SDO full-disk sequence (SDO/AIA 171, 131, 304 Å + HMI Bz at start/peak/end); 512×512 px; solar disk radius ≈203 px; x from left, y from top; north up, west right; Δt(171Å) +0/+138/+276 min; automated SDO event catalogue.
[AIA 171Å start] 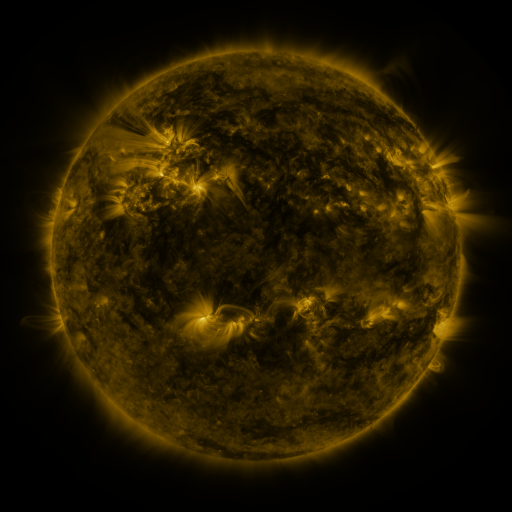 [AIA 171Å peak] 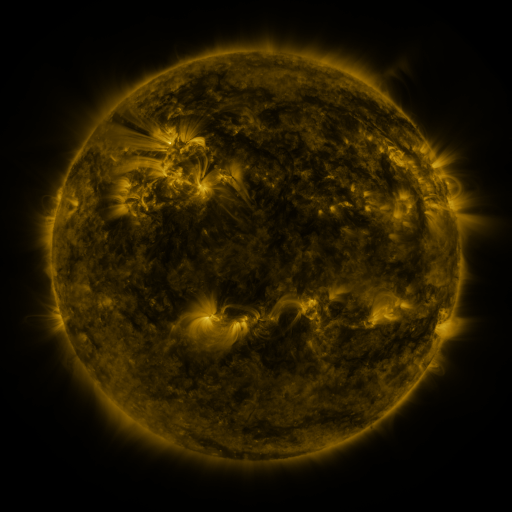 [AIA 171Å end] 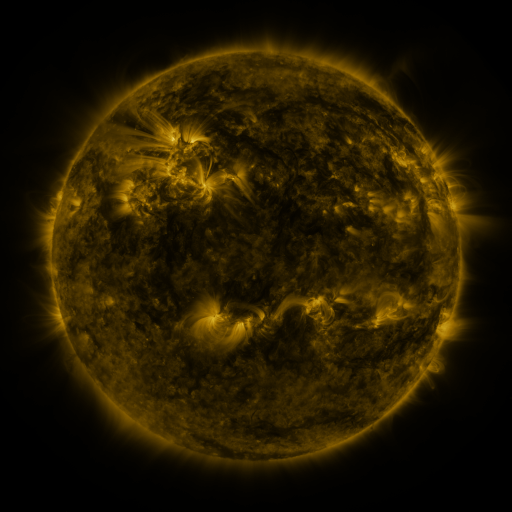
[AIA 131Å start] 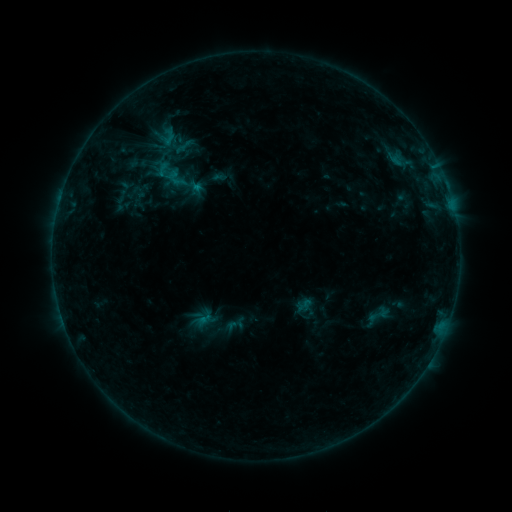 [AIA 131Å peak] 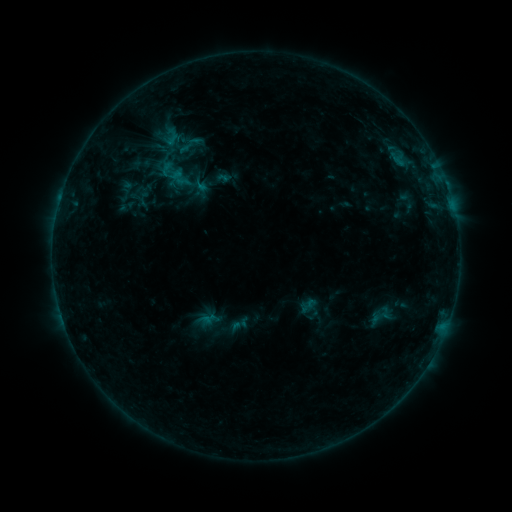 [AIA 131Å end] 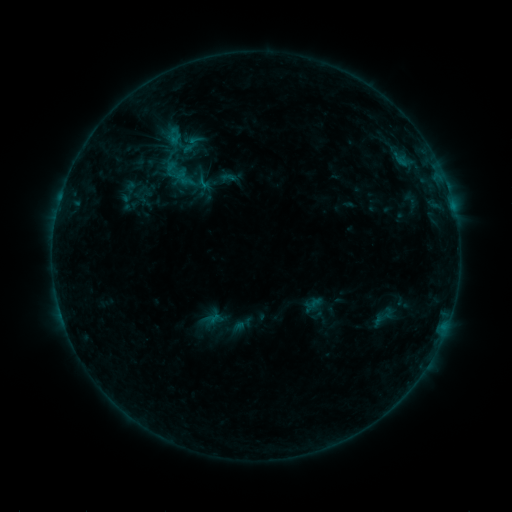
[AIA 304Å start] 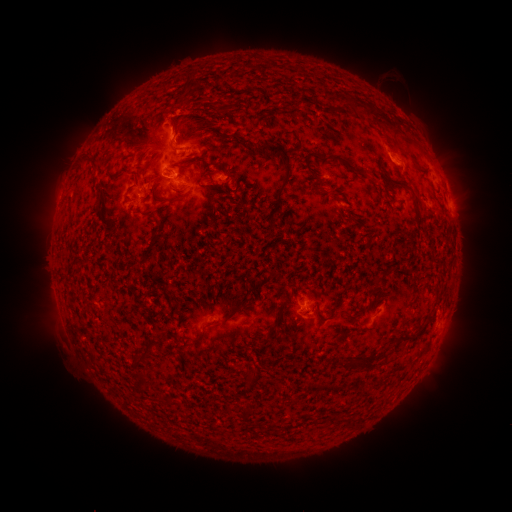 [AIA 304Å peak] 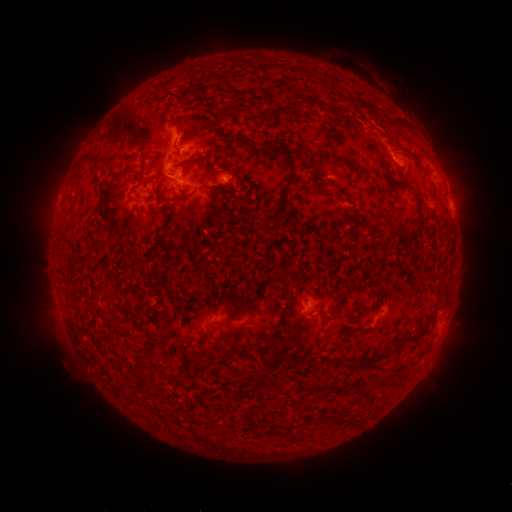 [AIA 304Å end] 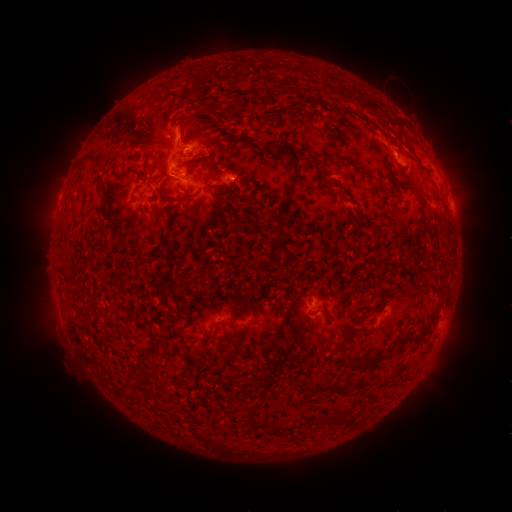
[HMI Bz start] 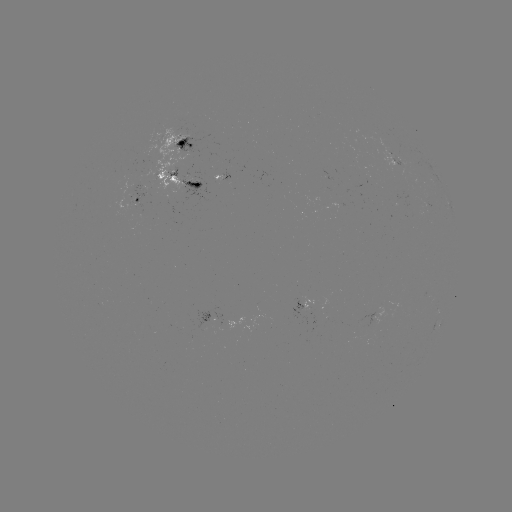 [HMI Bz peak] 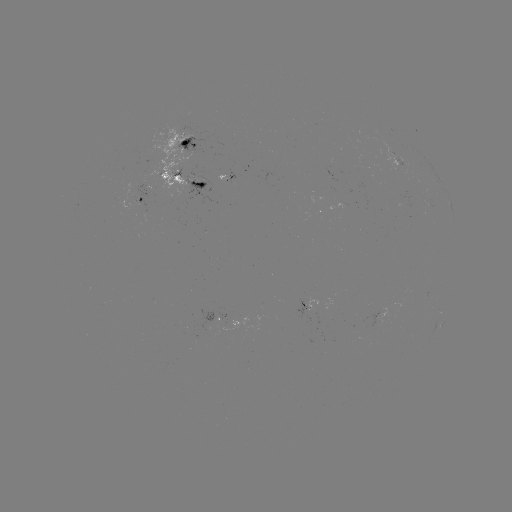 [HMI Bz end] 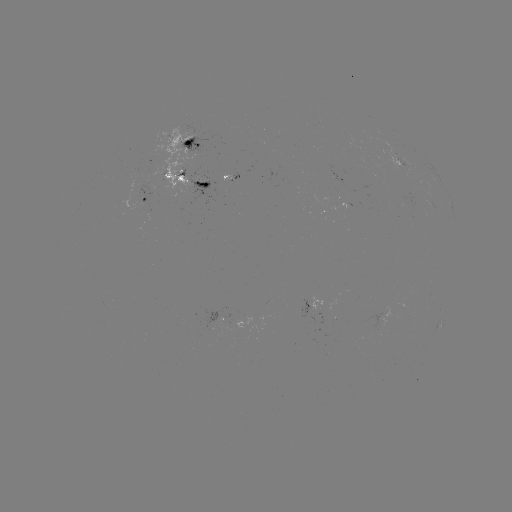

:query filament eruption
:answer (376, 117)